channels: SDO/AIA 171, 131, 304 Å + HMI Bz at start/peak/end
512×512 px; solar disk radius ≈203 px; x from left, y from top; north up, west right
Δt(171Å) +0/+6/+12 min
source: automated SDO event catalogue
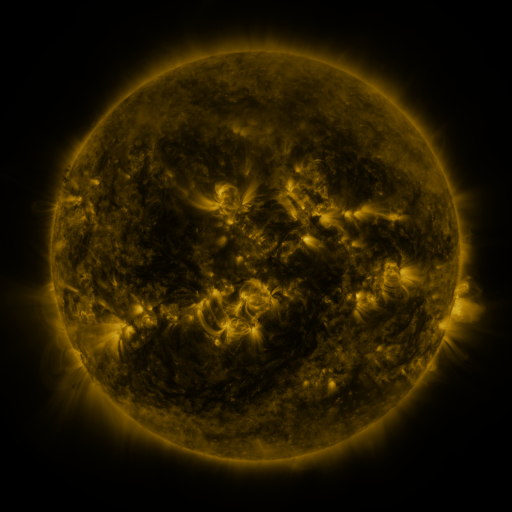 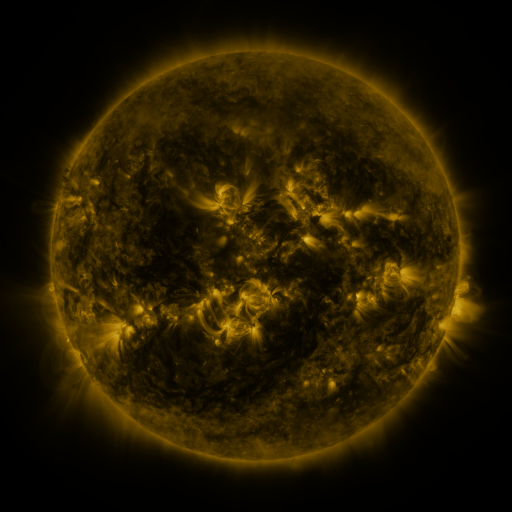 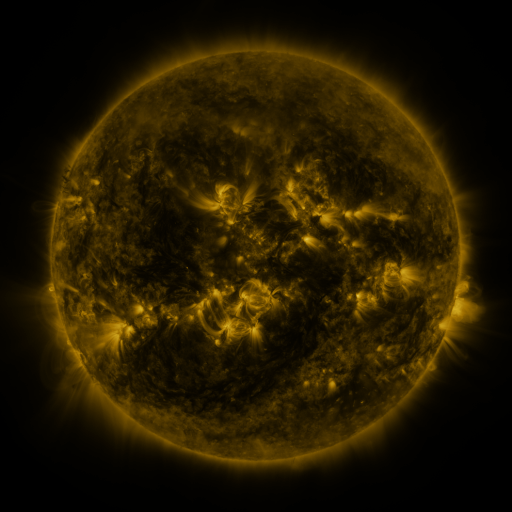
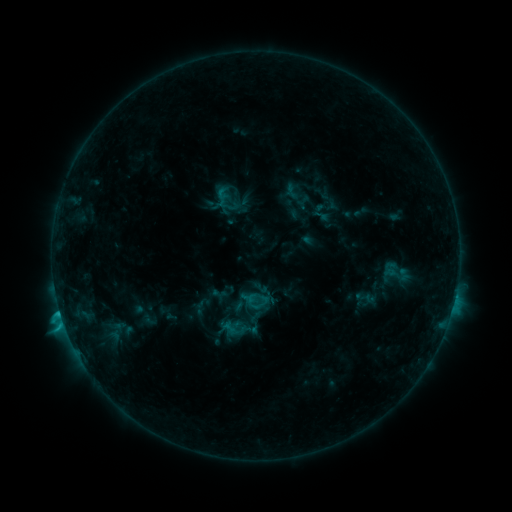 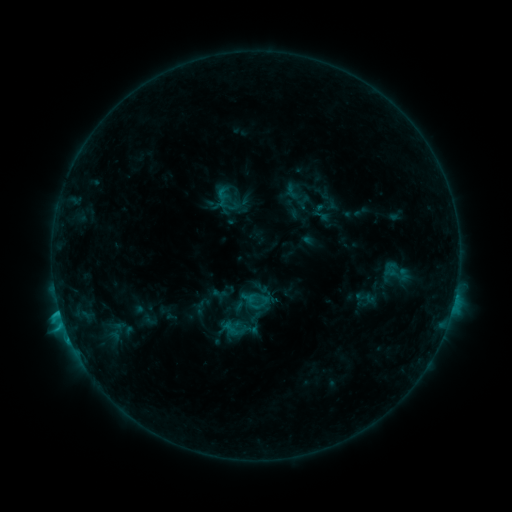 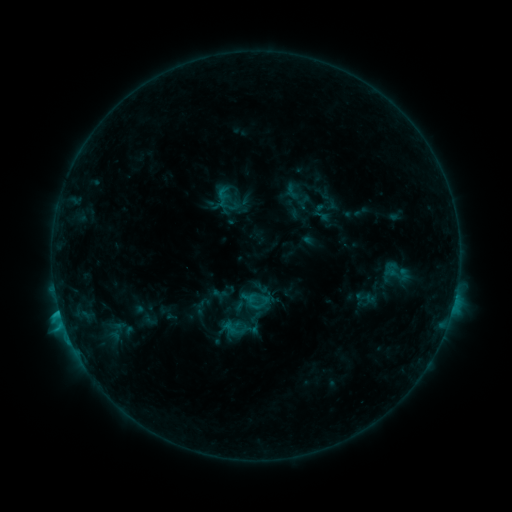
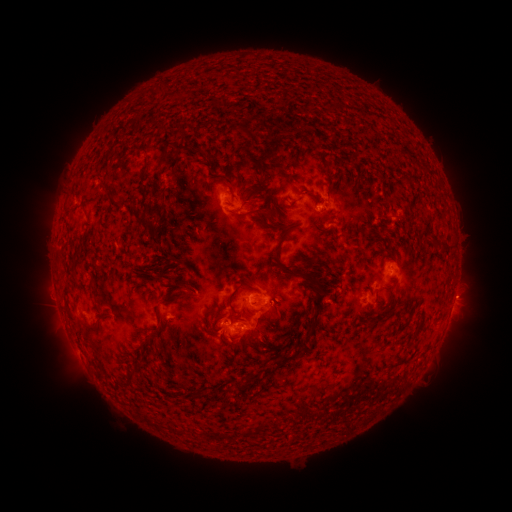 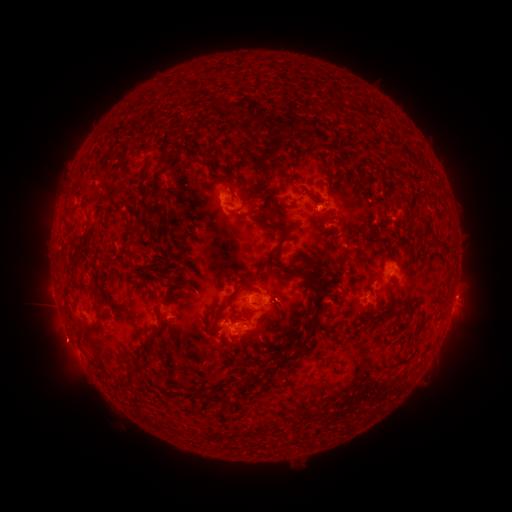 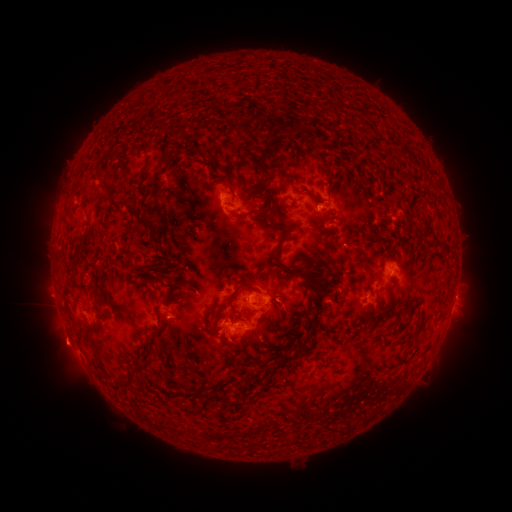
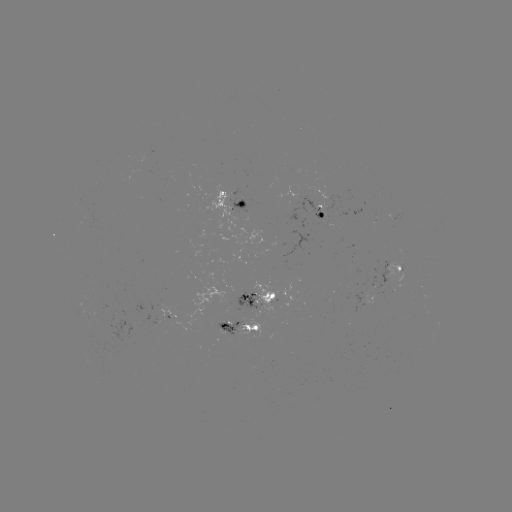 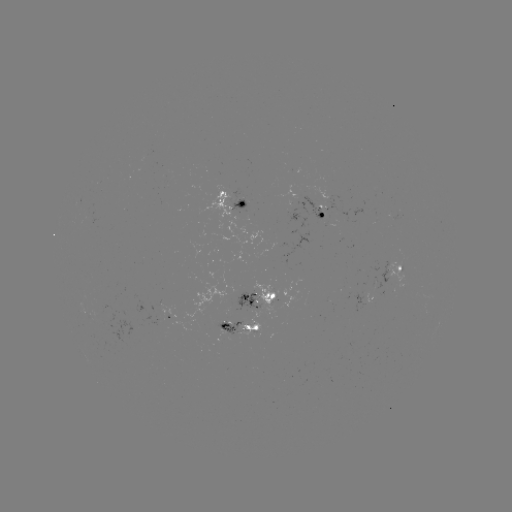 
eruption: (38, 318, 94, 378)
